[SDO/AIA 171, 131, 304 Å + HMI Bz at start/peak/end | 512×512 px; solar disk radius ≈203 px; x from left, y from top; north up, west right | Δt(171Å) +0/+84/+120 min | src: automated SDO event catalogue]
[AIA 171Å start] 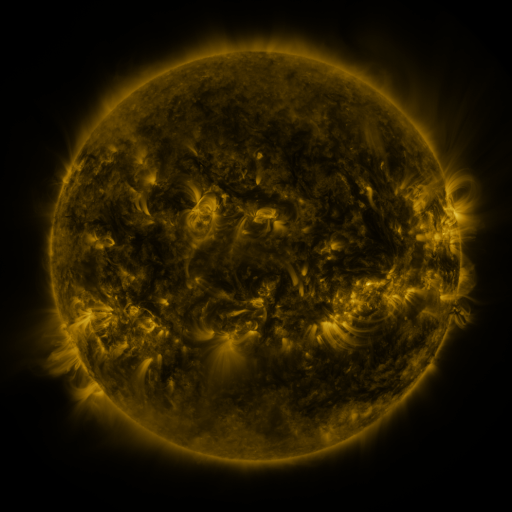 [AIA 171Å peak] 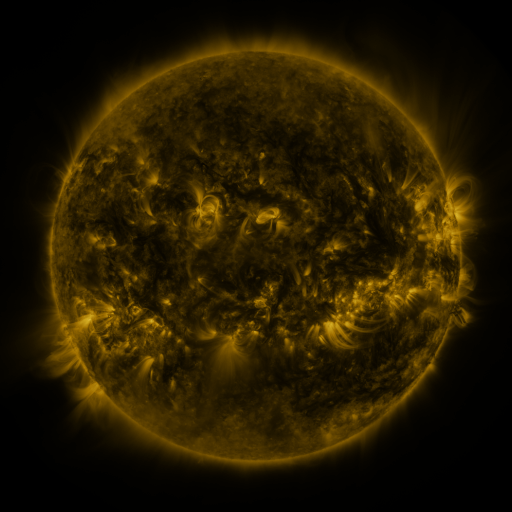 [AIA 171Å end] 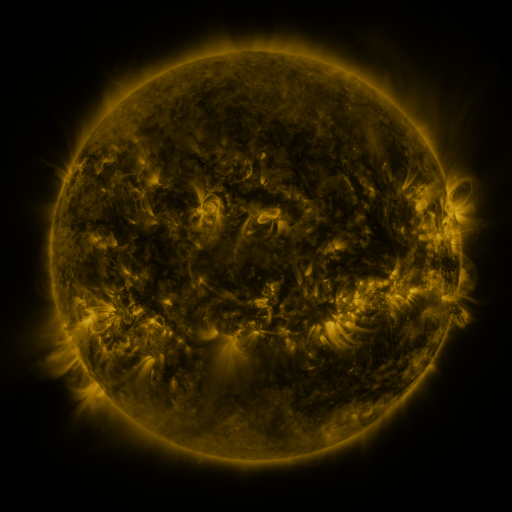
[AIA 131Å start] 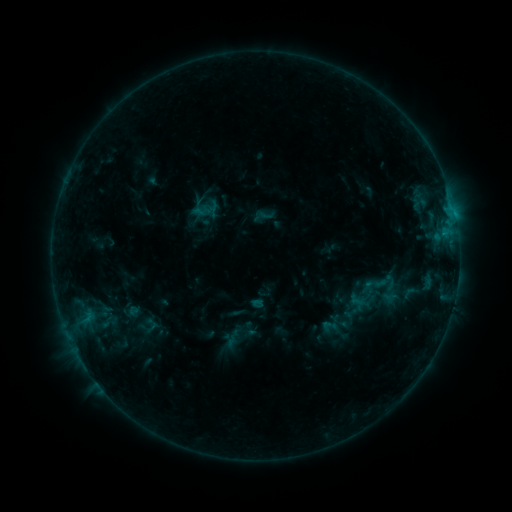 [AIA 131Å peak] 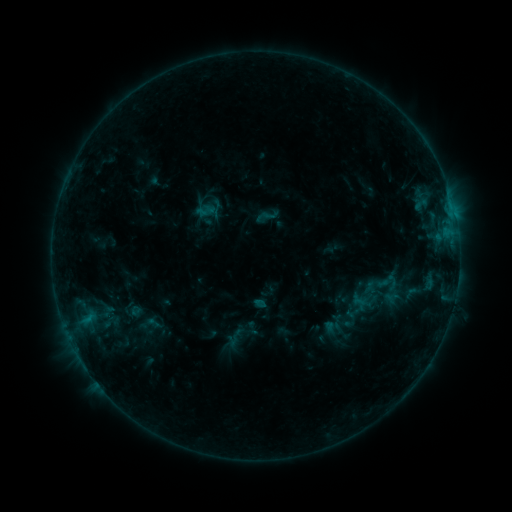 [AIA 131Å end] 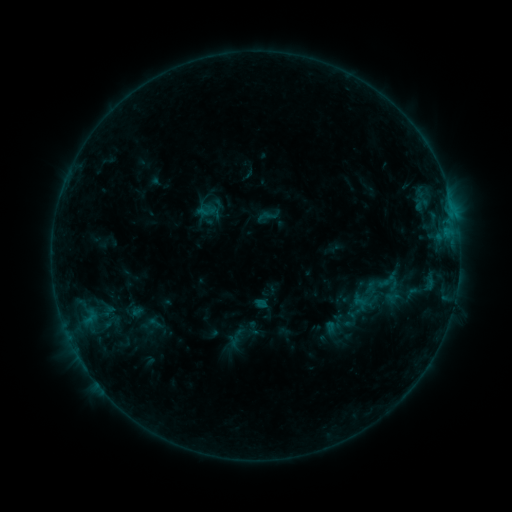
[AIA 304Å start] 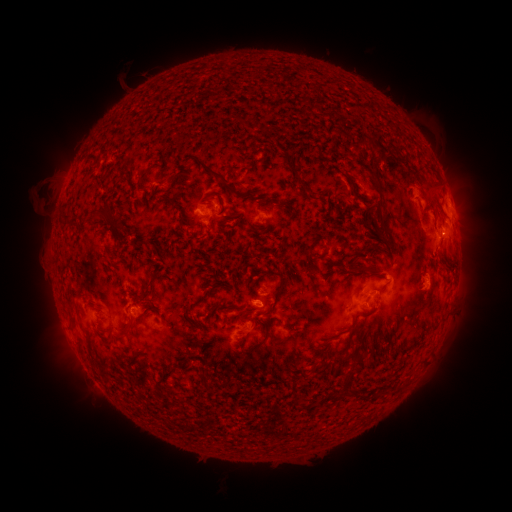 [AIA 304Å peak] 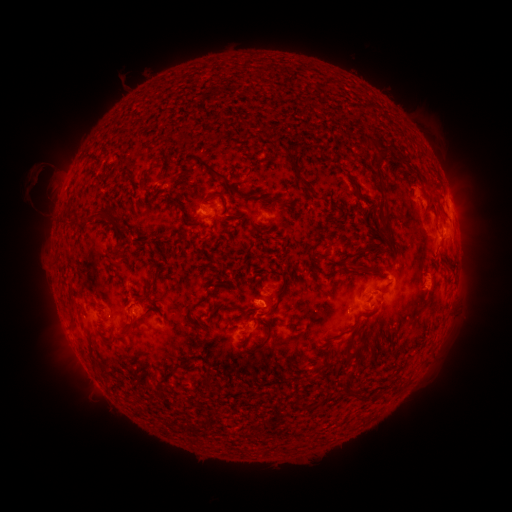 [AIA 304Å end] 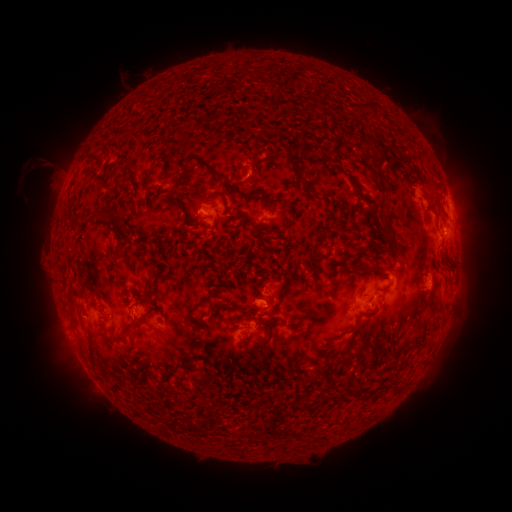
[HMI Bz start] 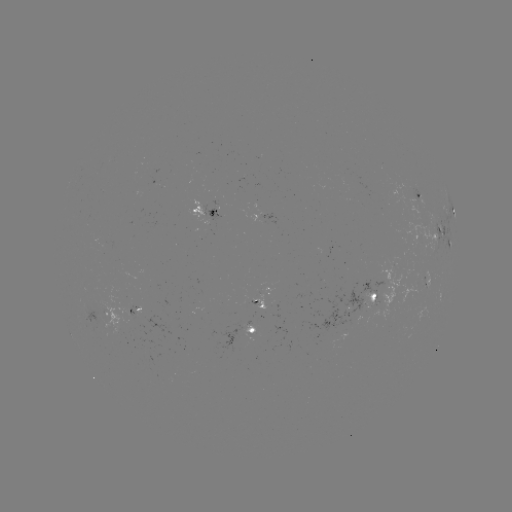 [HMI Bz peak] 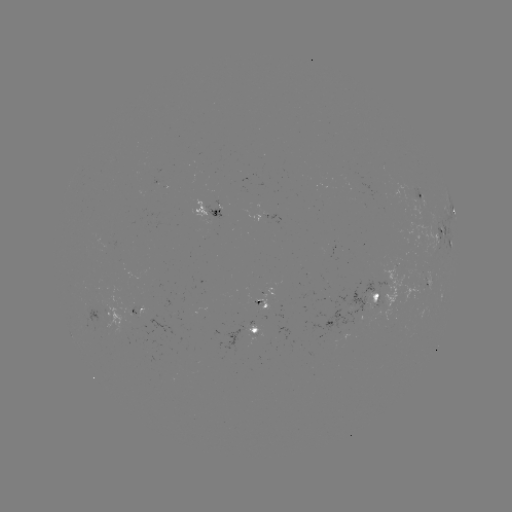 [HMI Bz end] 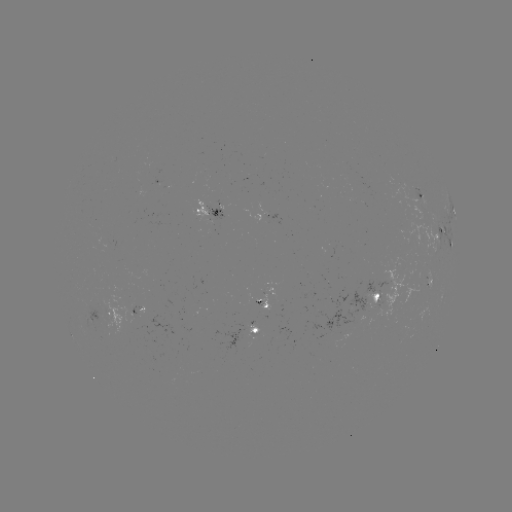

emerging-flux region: (249, 332, 262, 337)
